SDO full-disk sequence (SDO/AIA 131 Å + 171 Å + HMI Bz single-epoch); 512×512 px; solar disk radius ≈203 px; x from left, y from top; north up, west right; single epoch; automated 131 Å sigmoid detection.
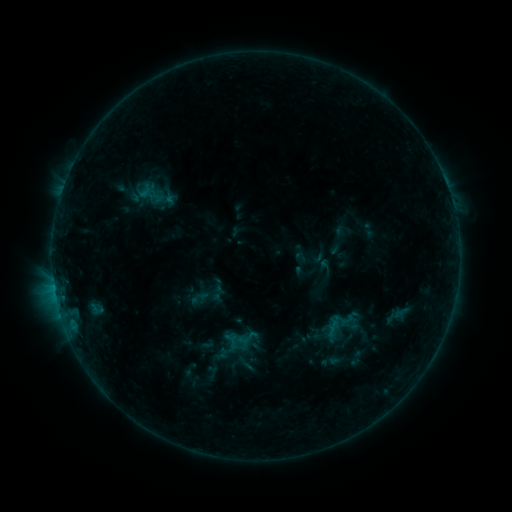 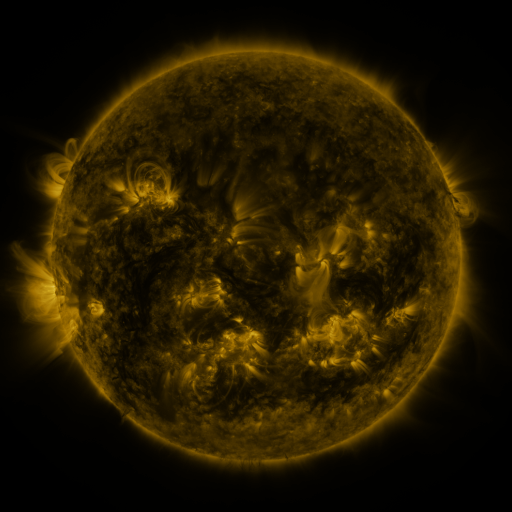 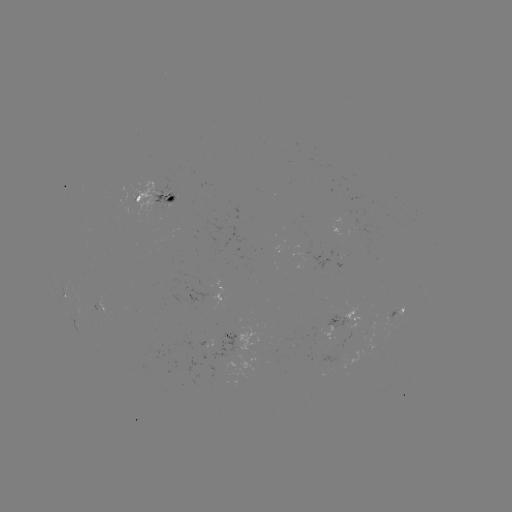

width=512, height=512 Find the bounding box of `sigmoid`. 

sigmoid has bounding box [235, 326, 258, 349].